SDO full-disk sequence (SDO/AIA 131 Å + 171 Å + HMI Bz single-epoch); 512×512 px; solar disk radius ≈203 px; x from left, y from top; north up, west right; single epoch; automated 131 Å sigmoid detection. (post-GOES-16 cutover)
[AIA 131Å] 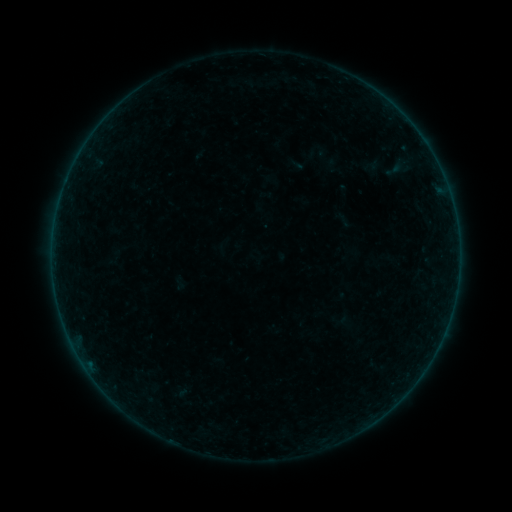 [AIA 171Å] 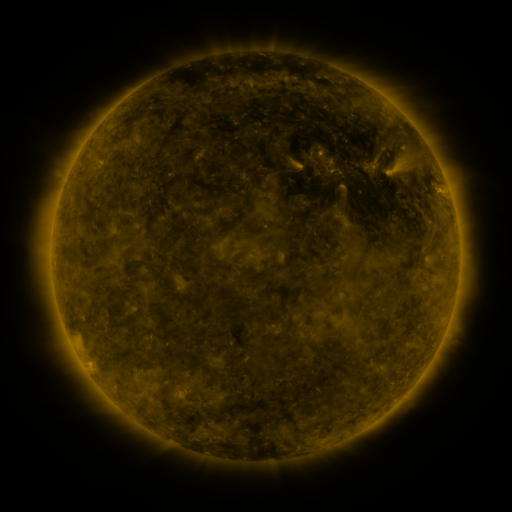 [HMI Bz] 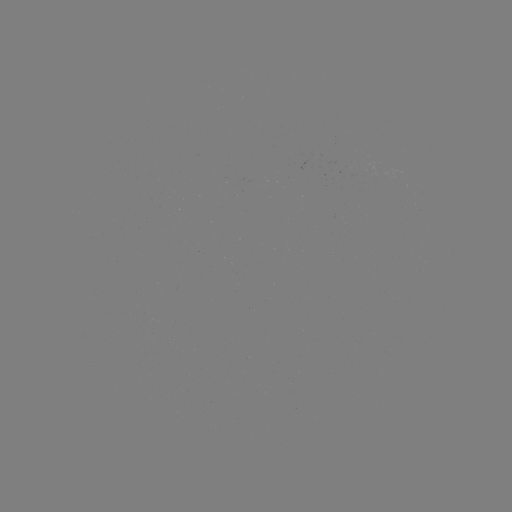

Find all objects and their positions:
sigmoid: (287, 157, 308, 174)
sigmoid: (378, 161, 409, 178)
